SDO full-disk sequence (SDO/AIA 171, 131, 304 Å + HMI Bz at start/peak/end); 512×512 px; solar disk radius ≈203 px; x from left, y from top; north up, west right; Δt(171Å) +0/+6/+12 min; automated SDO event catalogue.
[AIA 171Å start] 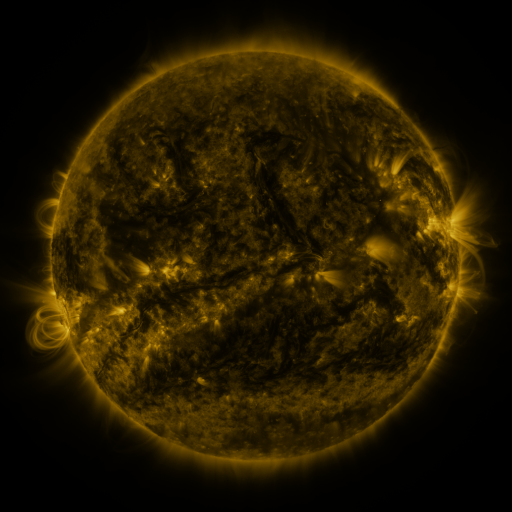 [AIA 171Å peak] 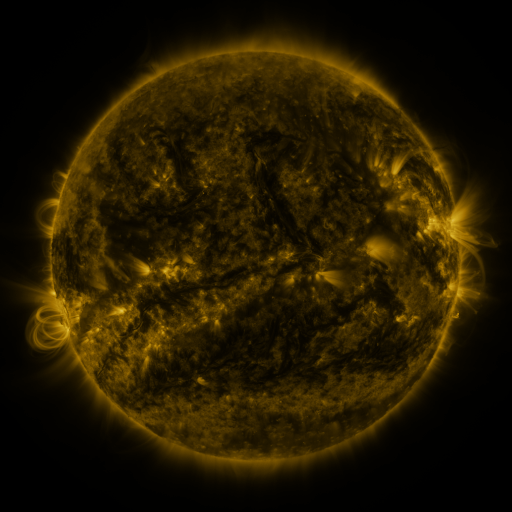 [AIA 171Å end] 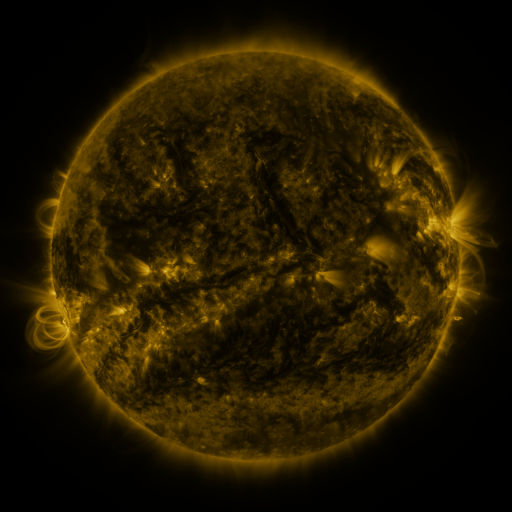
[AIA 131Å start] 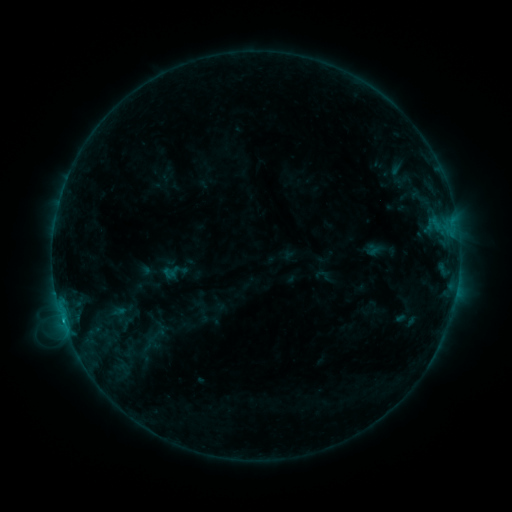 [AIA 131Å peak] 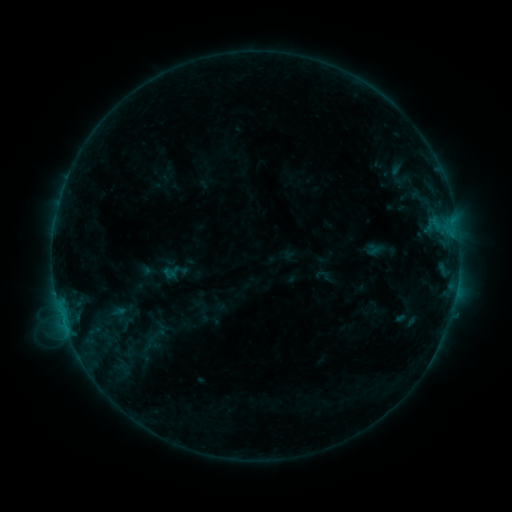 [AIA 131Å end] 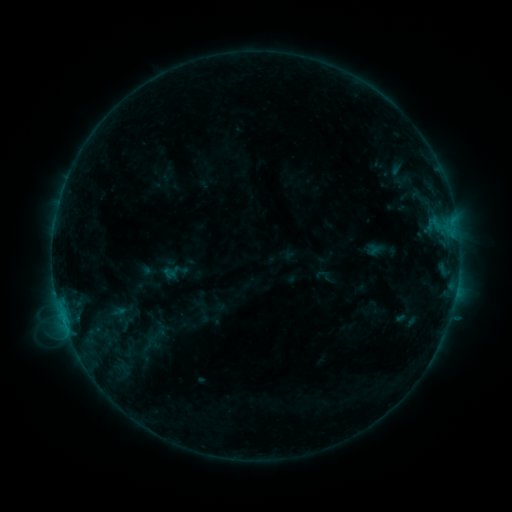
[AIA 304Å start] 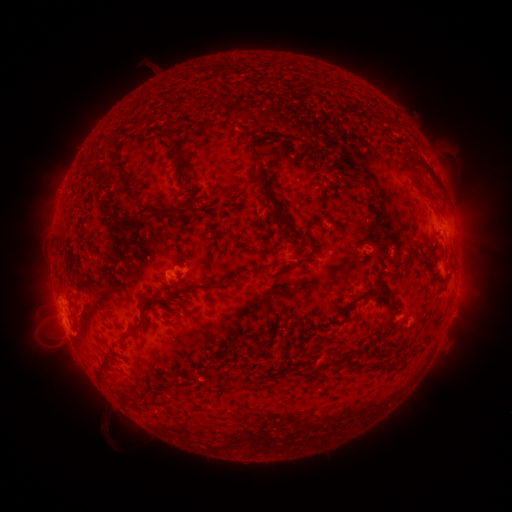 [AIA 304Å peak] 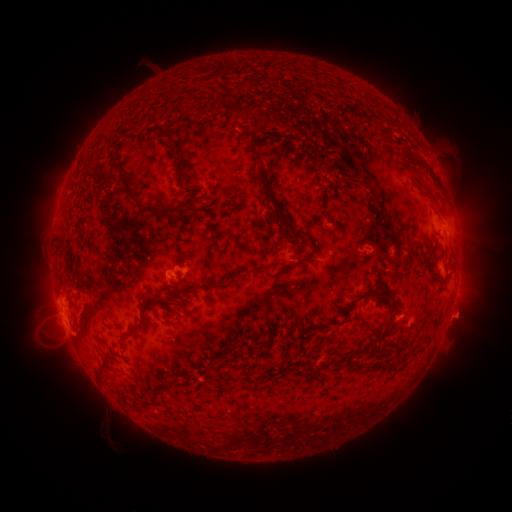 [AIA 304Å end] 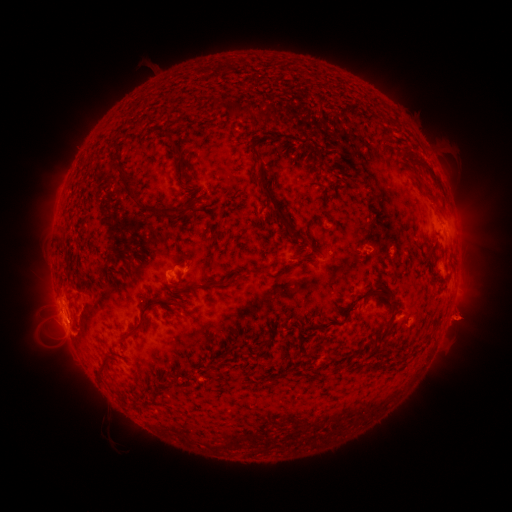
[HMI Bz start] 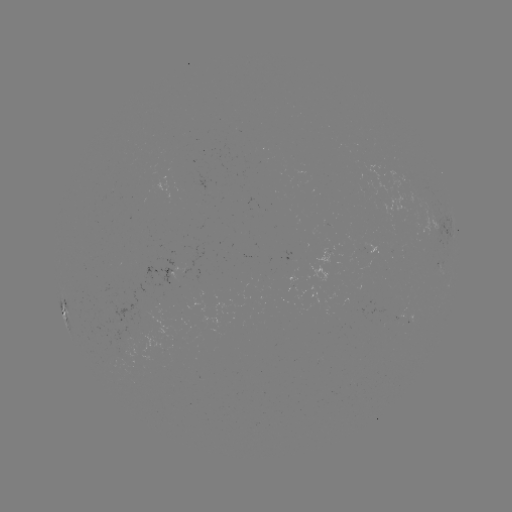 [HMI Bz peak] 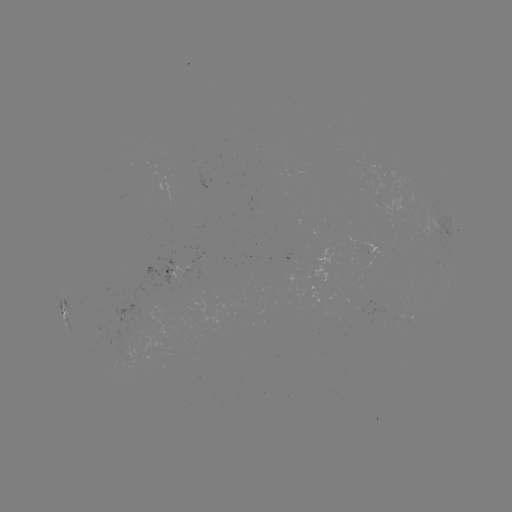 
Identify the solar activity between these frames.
eruption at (461, 317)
